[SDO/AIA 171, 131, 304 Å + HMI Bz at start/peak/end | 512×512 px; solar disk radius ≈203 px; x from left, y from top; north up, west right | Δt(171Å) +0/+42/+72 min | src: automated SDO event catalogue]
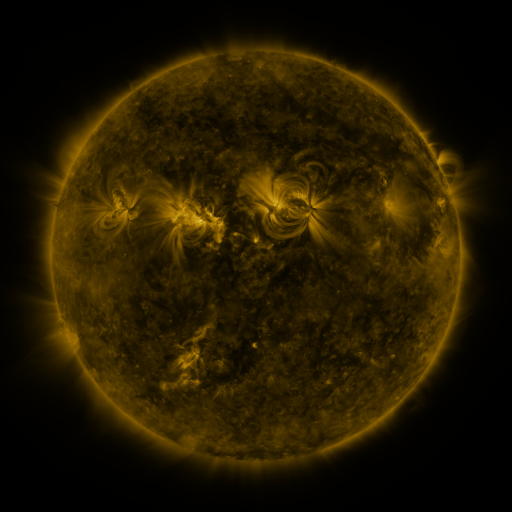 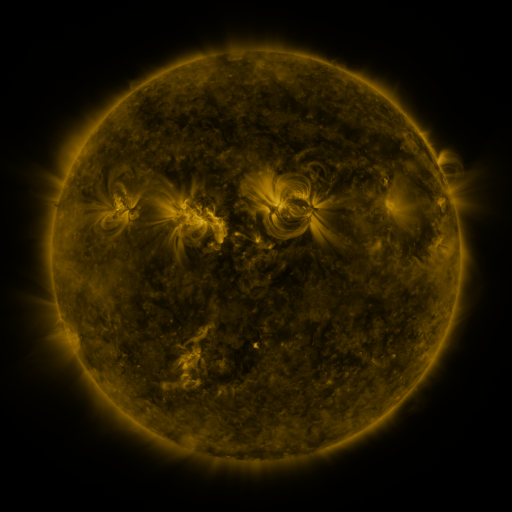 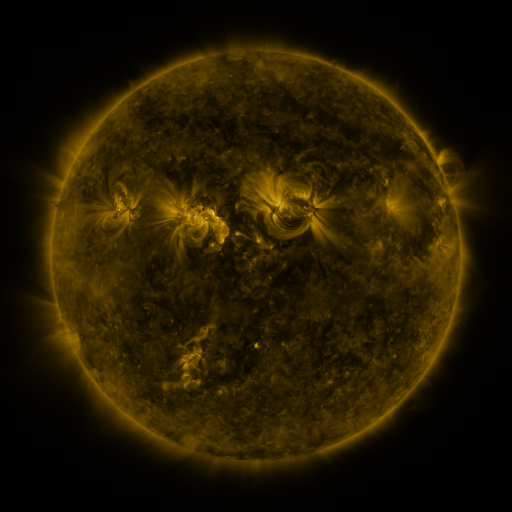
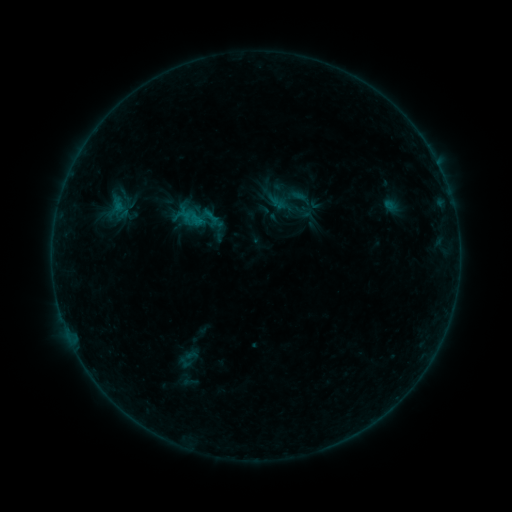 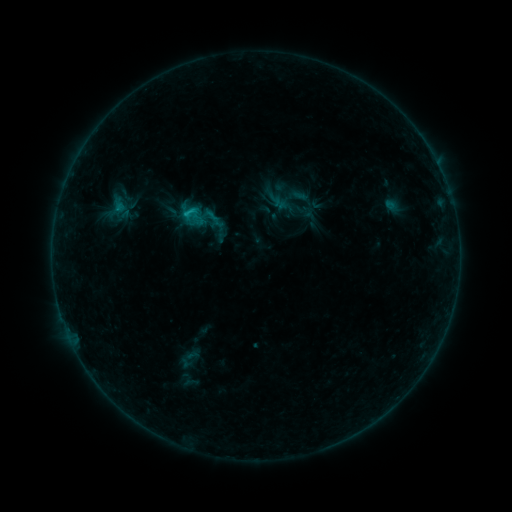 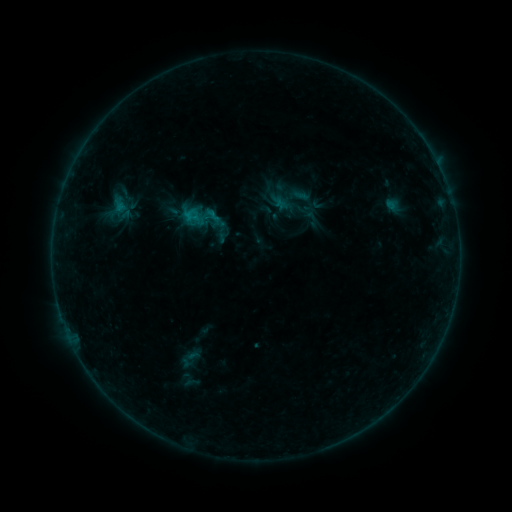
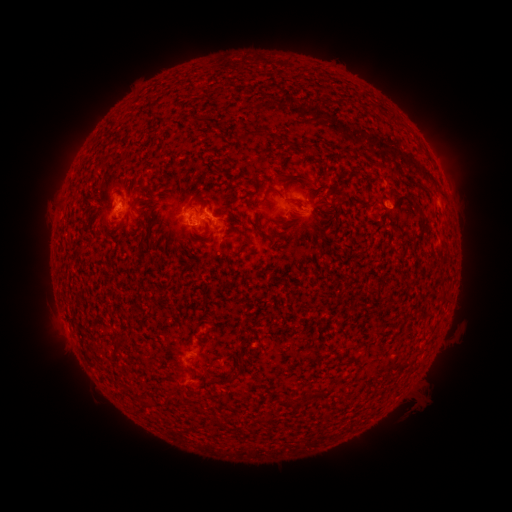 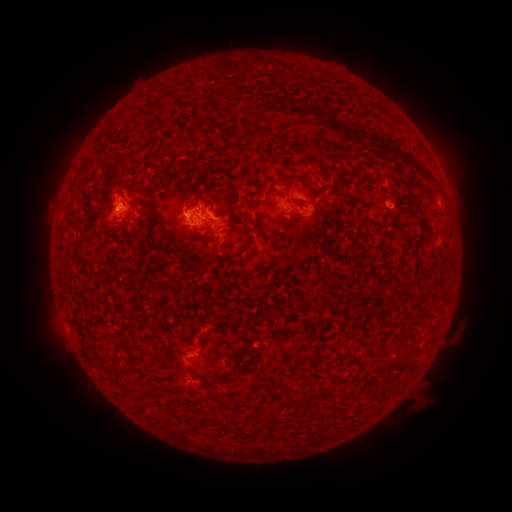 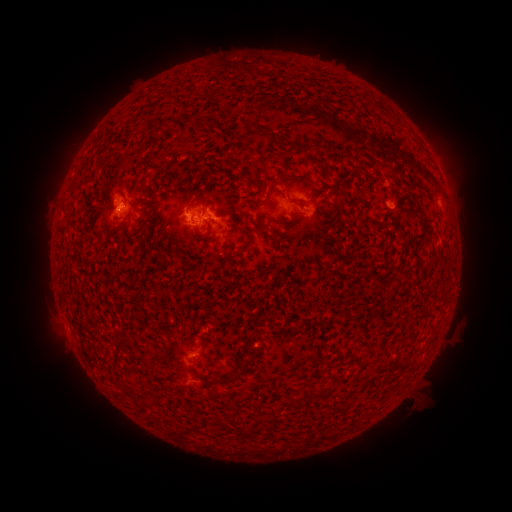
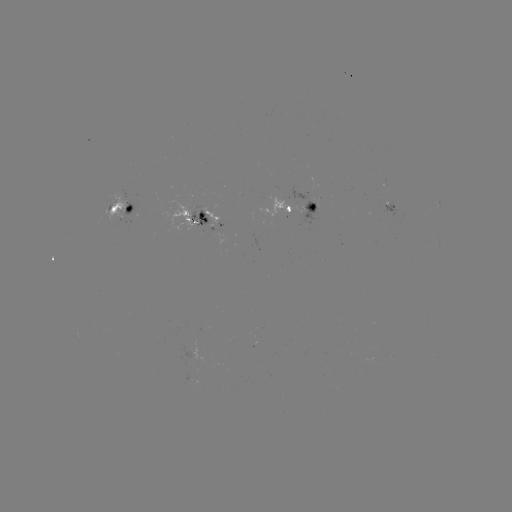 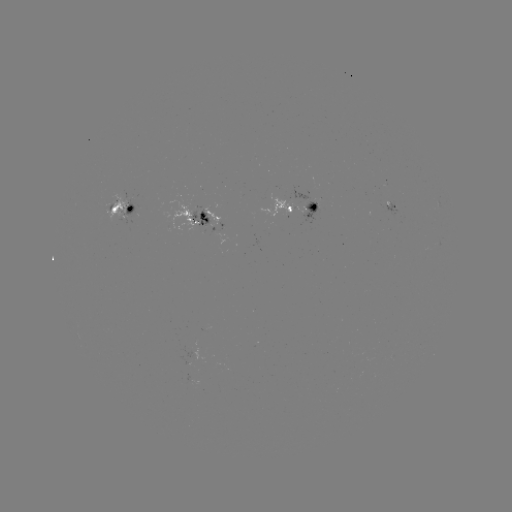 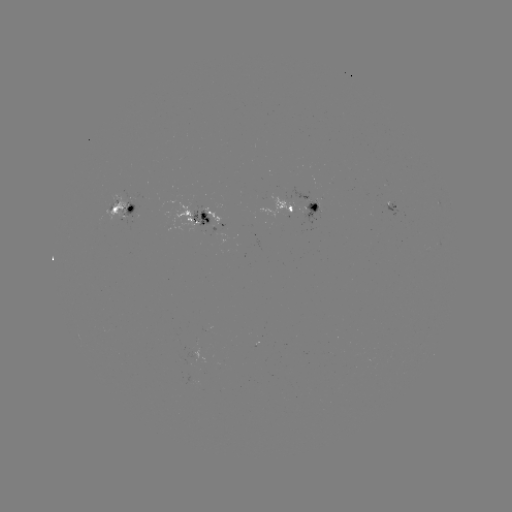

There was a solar flare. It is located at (189, 214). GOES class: B8.7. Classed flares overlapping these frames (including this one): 1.